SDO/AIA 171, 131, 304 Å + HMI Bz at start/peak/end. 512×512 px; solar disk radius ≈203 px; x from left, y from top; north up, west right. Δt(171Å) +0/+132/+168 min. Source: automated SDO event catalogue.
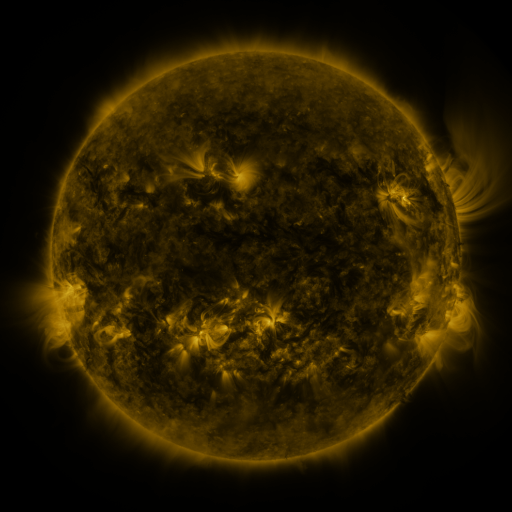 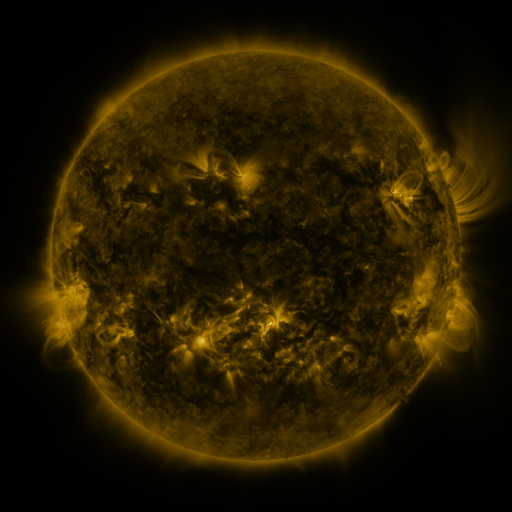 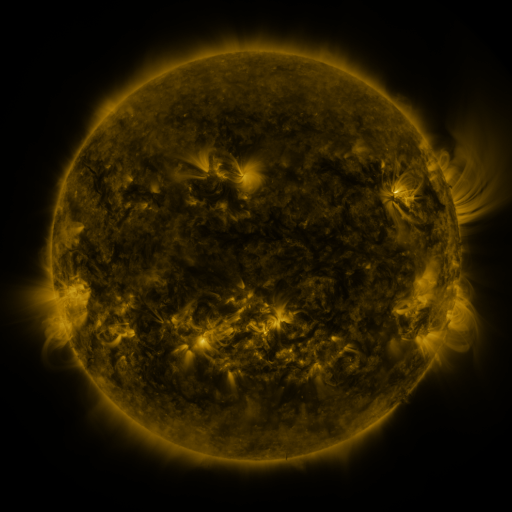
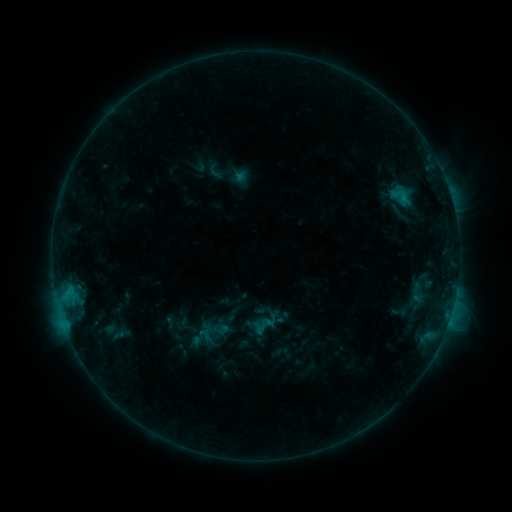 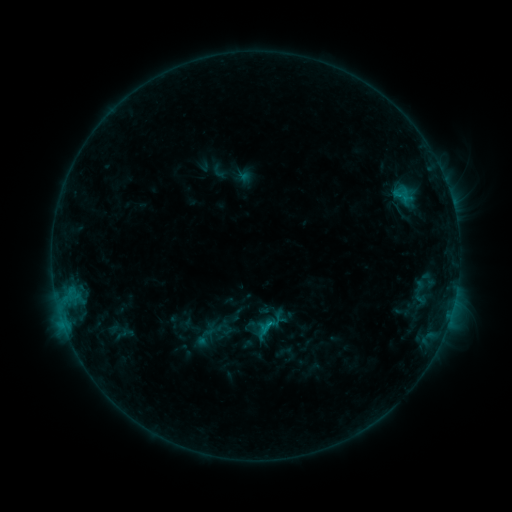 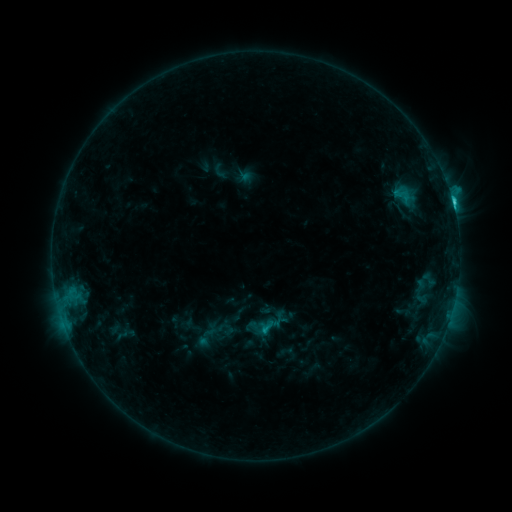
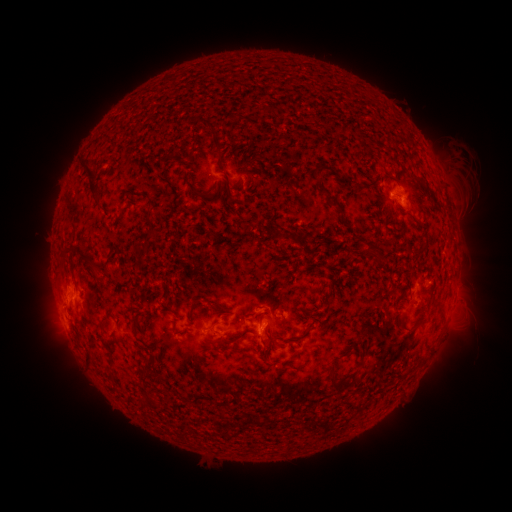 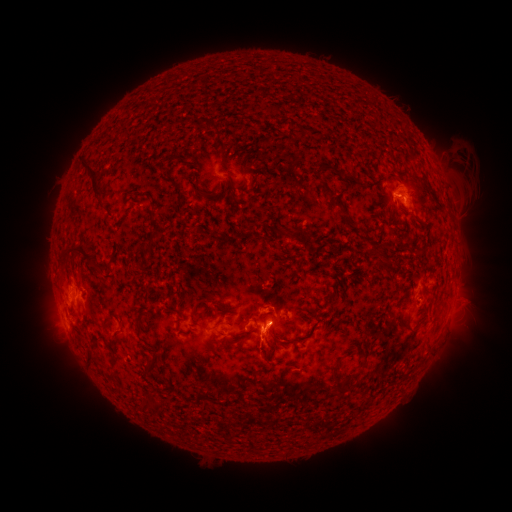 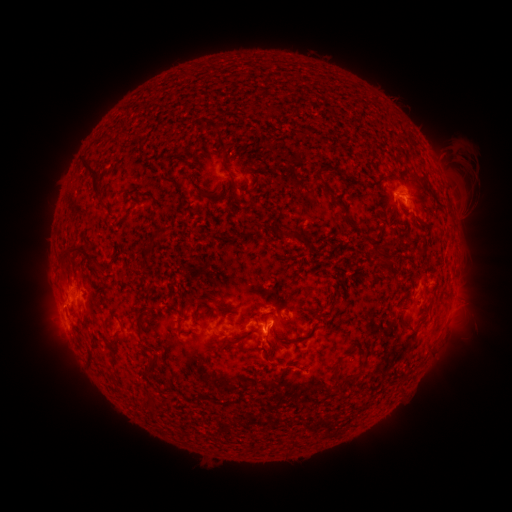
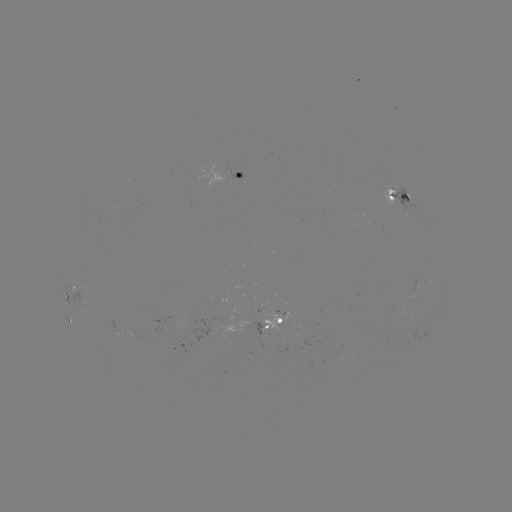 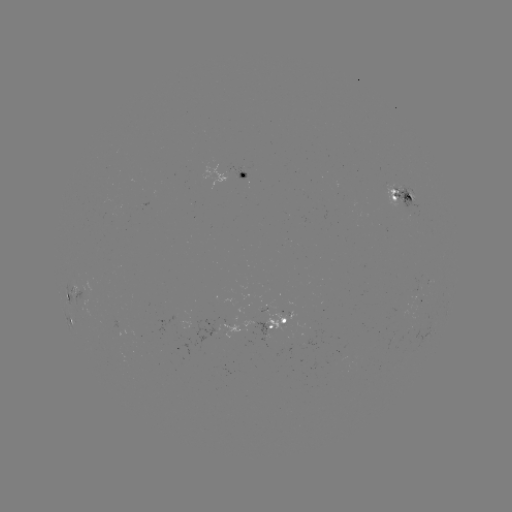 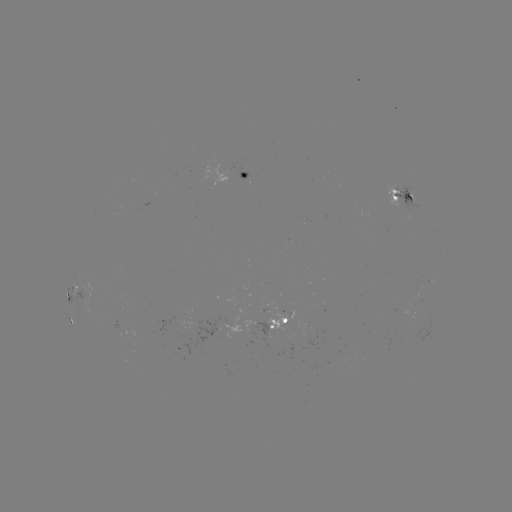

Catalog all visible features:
emerging-flux region: (408, 205)
